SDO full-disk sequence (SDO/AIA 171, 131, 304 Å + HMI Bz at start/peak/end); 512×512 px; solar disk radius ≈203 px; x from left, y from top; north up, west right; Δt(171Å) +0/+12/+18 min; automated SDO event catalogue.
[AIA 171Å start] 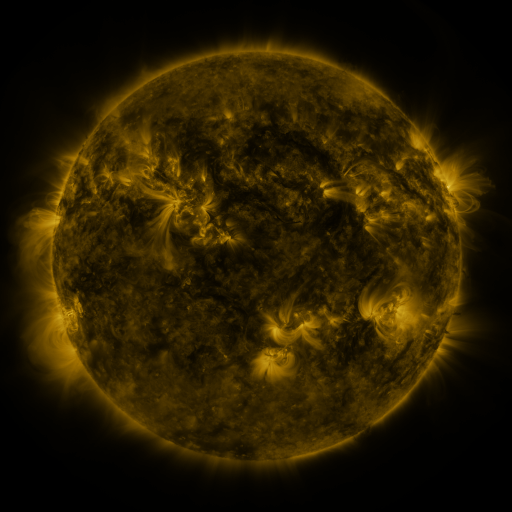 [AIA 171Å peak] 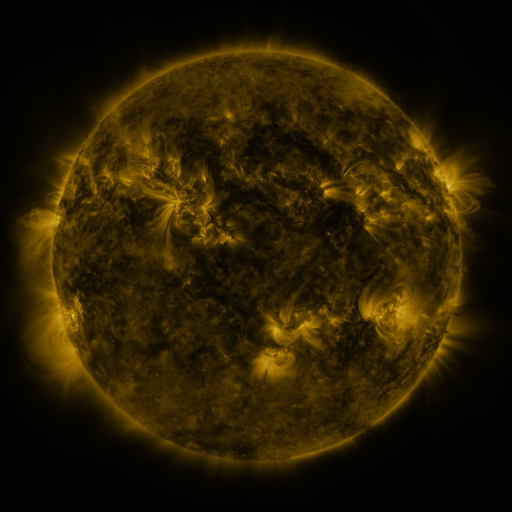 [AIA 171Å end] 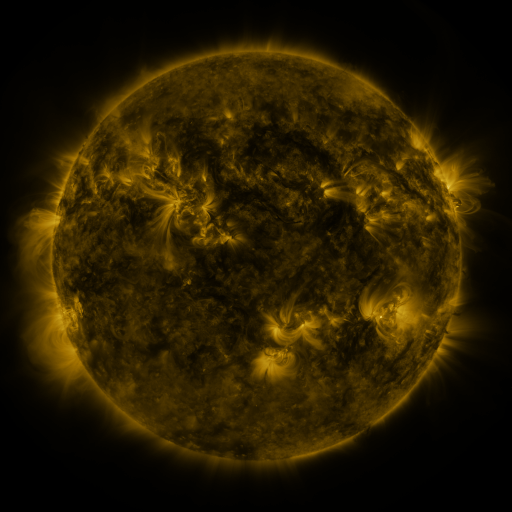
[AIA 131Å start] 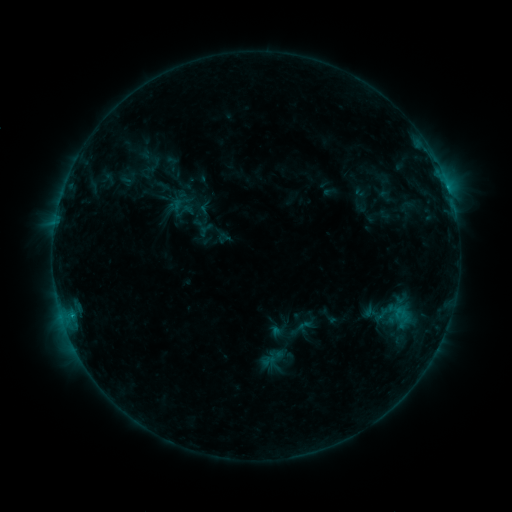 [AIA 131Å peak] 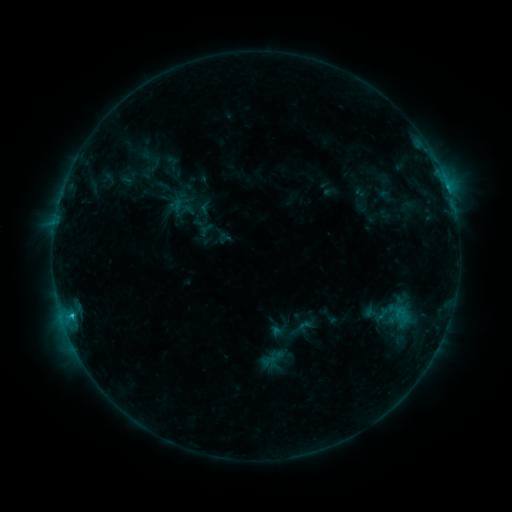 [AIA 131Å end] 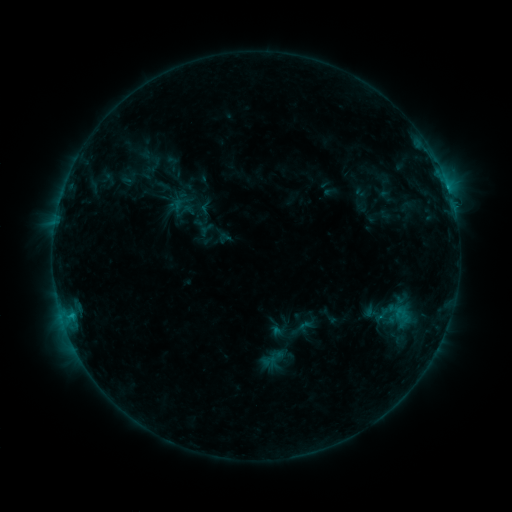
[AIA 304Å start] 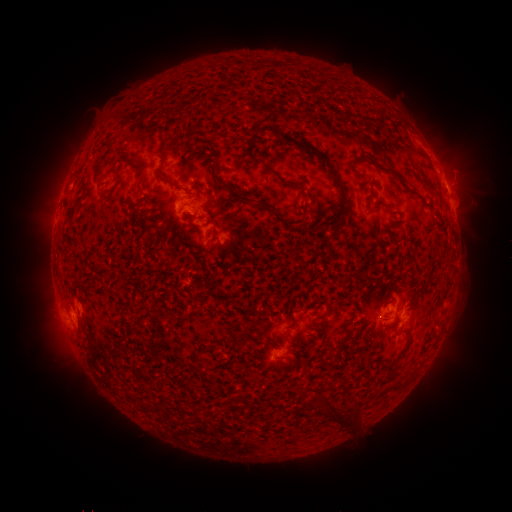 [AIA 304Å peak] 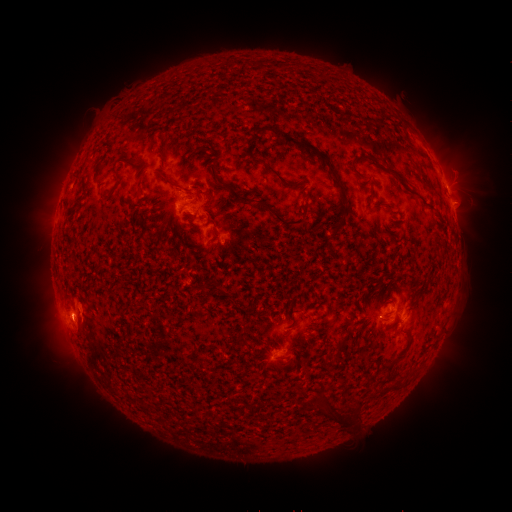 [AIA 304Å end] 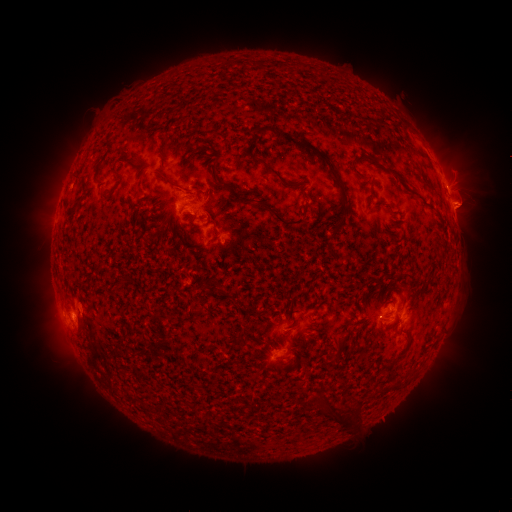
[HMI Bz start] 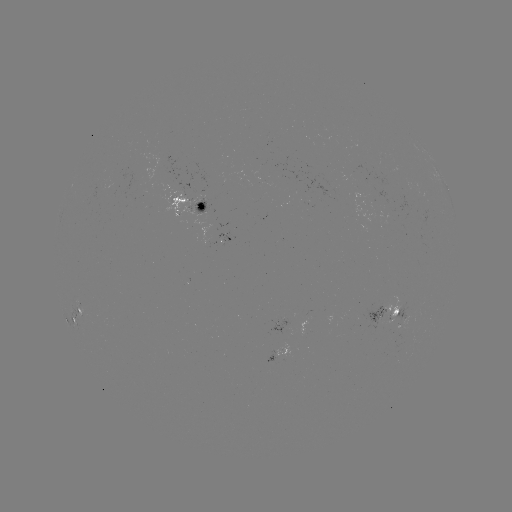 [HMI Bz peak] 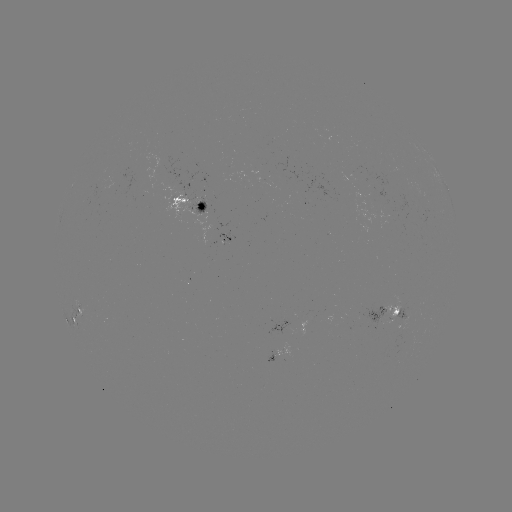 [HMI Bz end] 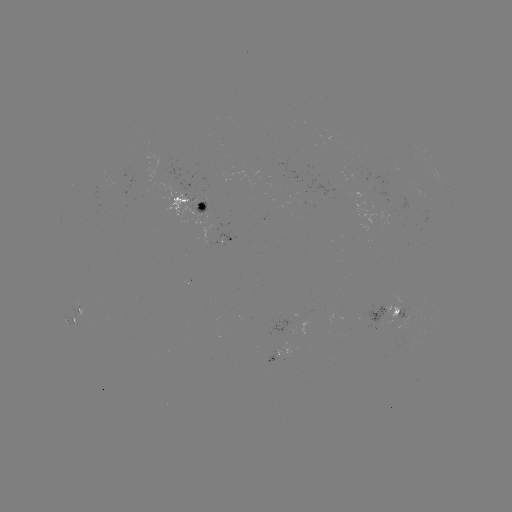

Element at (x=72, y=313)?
C1.1 flare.